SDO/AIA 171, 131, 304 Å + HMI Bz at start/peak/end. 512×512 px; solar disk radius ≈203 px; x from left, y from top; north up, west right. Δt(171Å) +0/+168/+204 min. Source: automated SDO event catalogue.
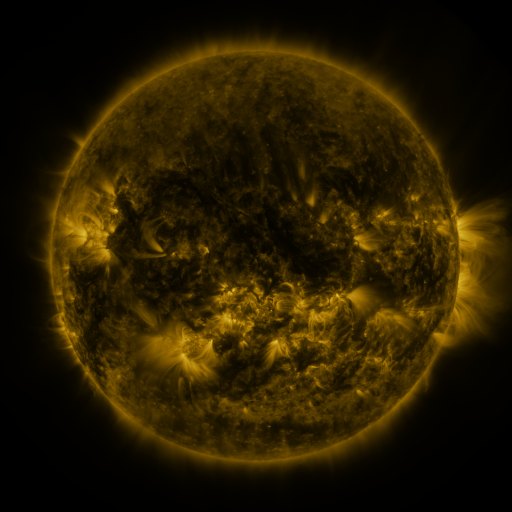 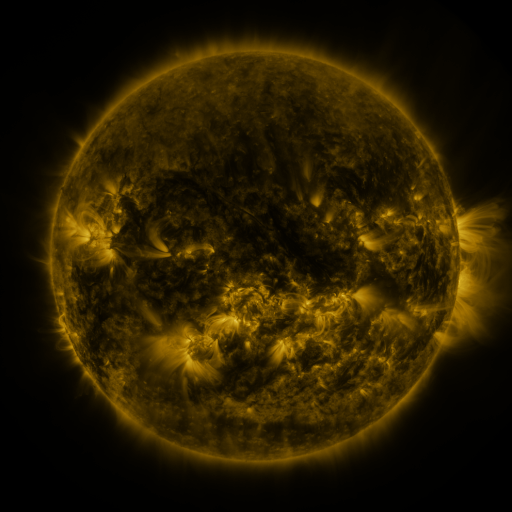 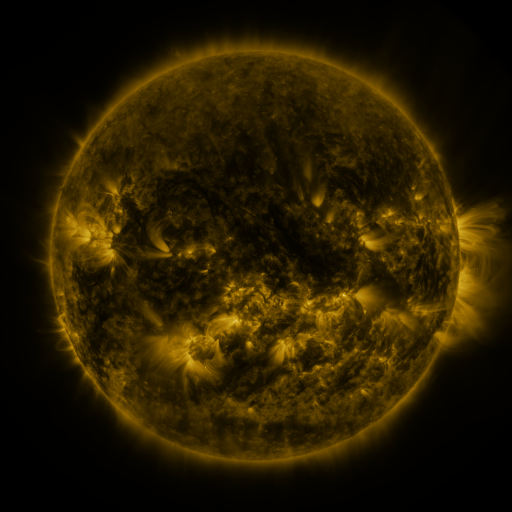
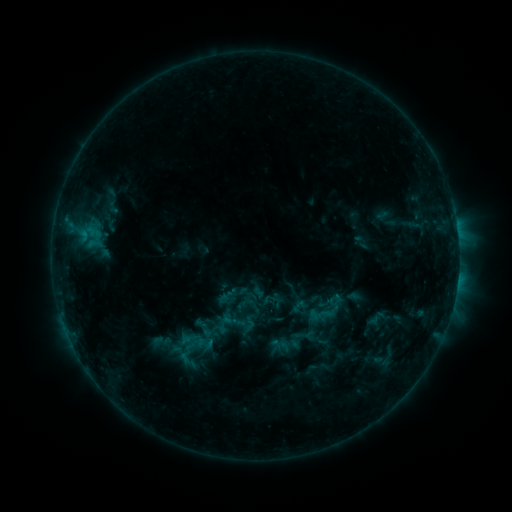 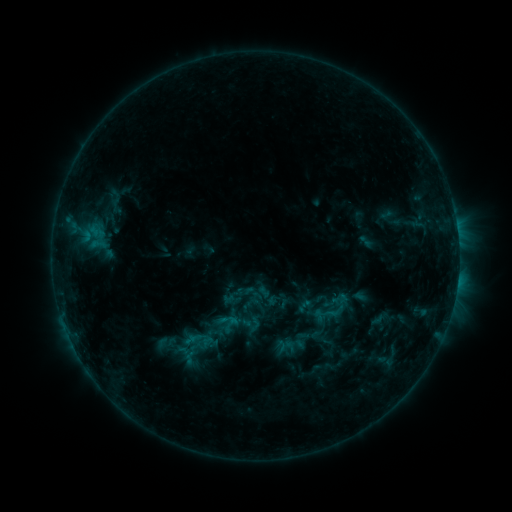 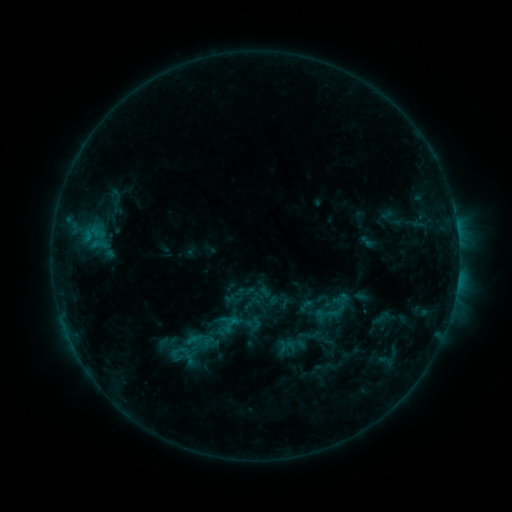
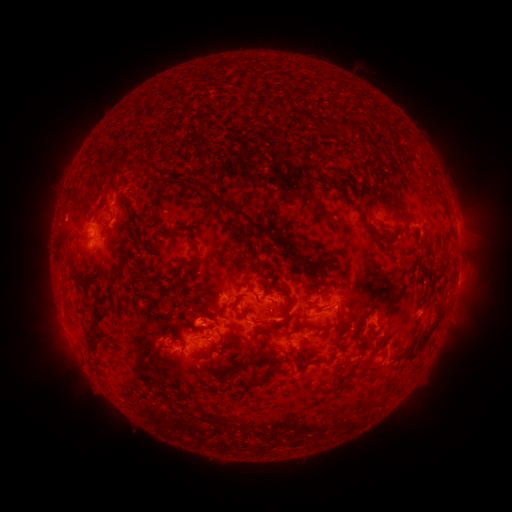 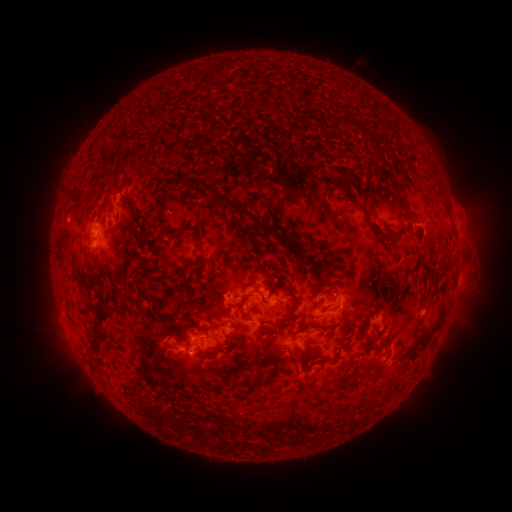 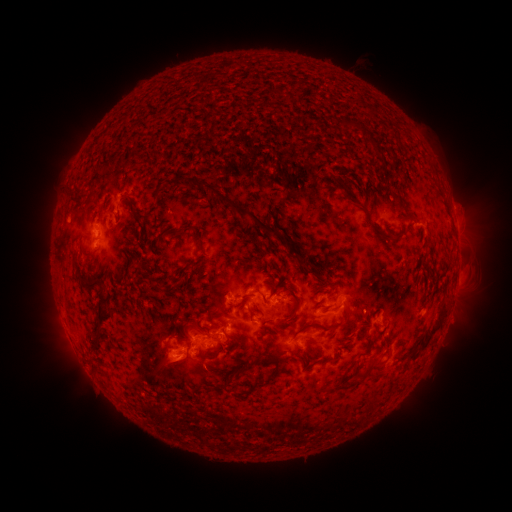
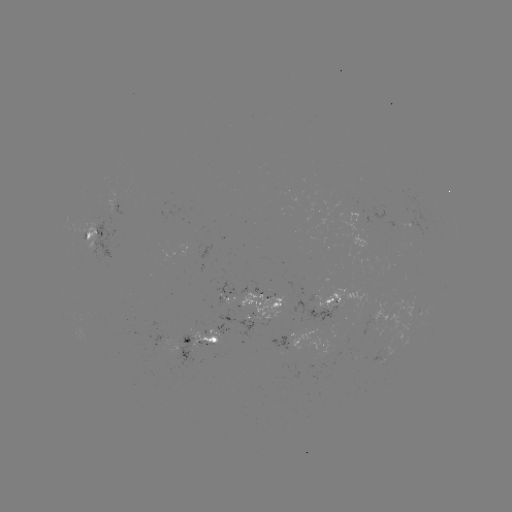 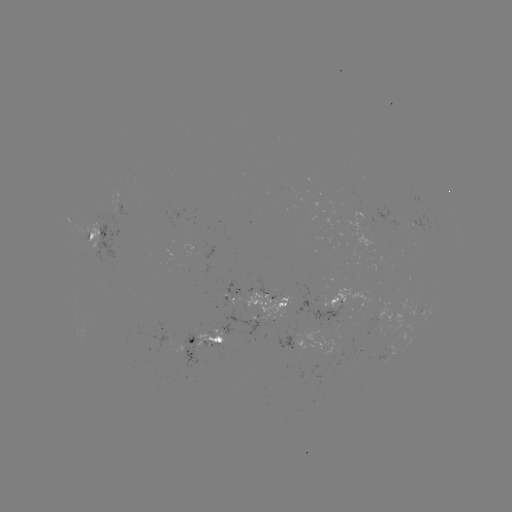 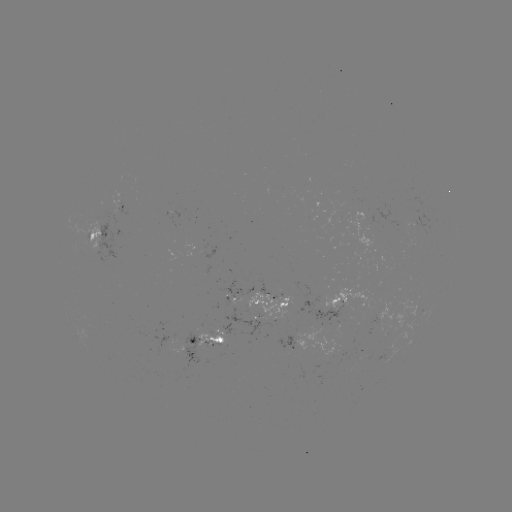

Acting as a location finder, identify emerging-flux region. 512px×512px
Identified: (259, 296).